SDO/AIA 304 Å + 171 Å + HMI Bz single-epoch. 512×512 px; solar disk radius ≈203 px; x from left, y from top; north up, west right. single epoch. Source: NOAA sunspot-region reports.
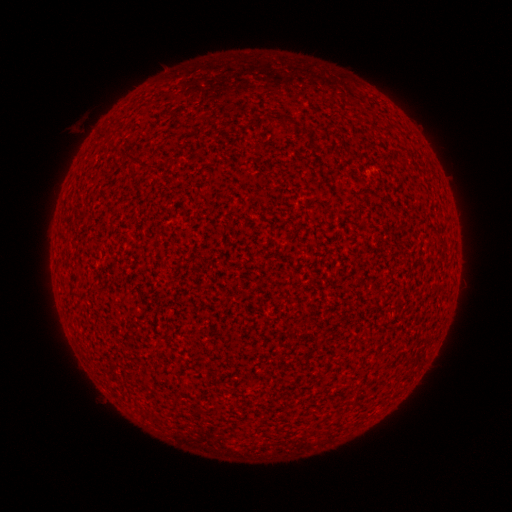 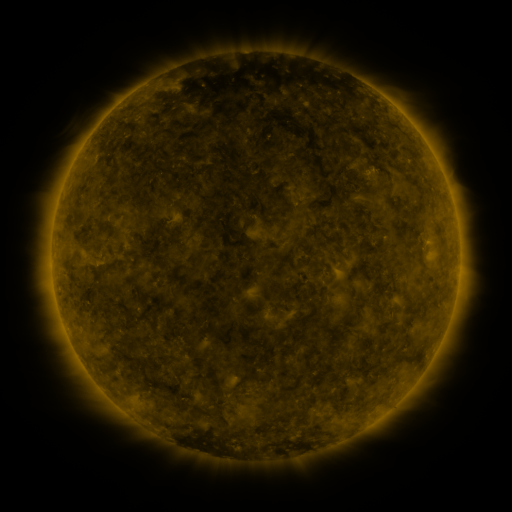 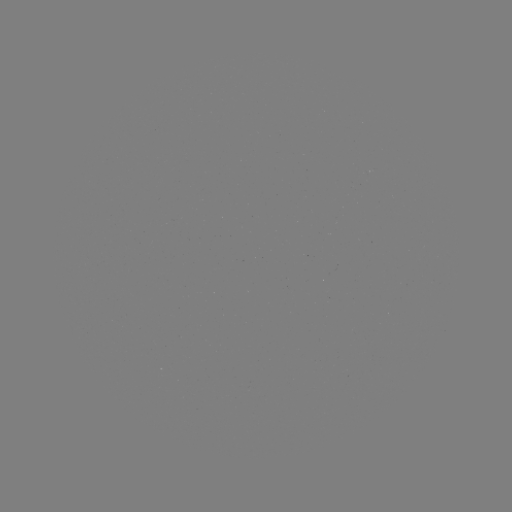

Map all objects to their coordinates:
(none)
